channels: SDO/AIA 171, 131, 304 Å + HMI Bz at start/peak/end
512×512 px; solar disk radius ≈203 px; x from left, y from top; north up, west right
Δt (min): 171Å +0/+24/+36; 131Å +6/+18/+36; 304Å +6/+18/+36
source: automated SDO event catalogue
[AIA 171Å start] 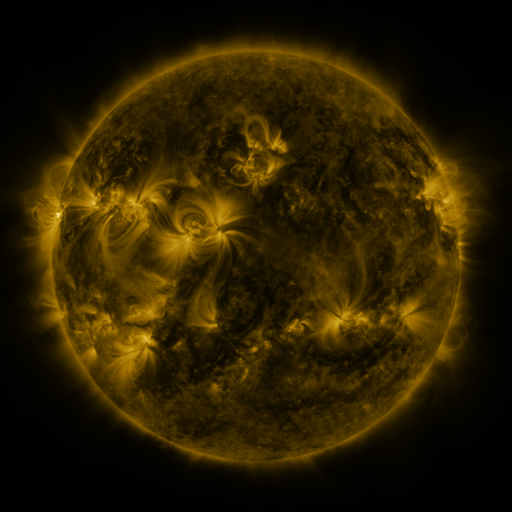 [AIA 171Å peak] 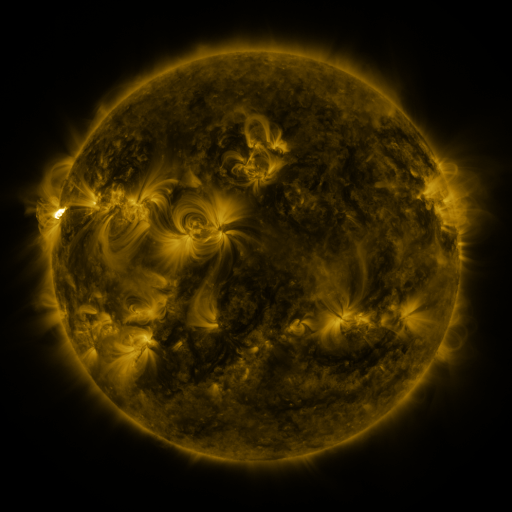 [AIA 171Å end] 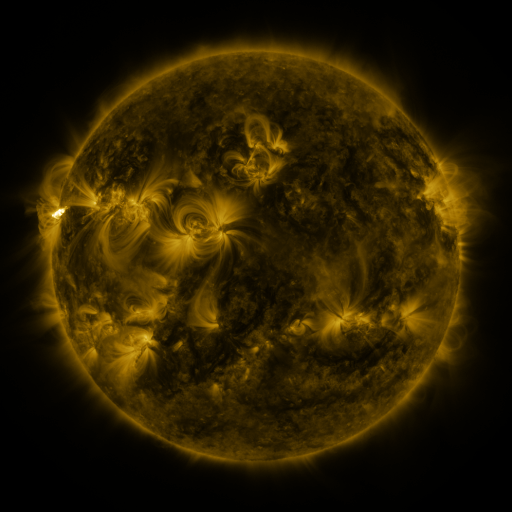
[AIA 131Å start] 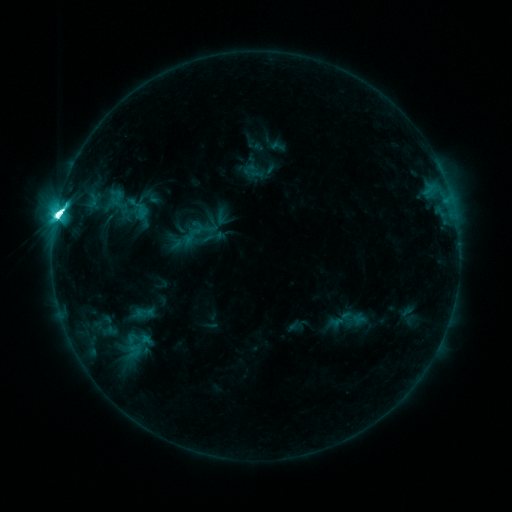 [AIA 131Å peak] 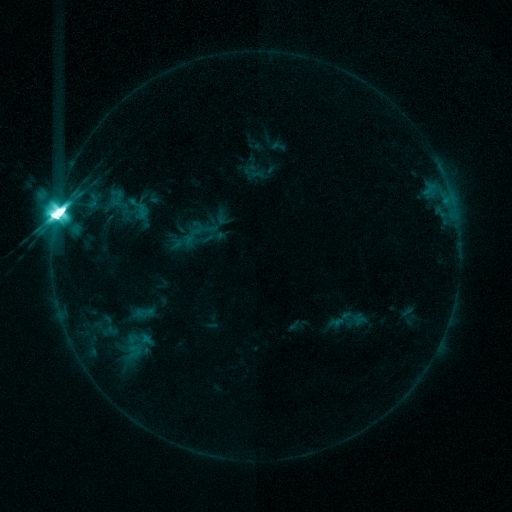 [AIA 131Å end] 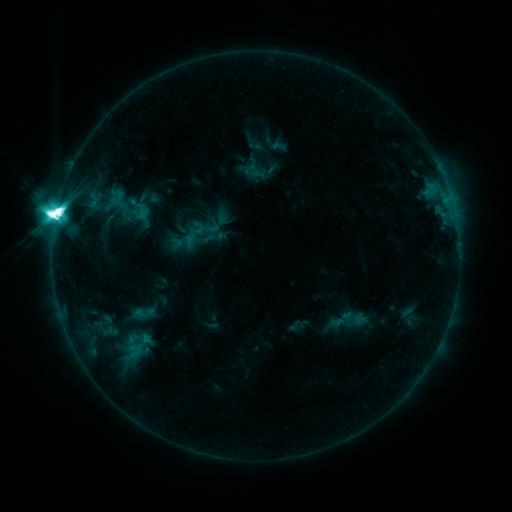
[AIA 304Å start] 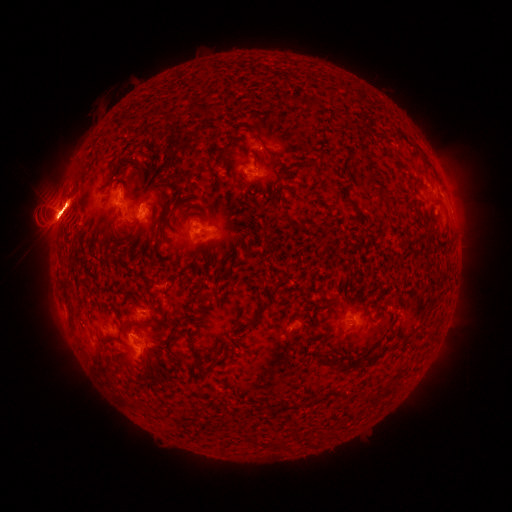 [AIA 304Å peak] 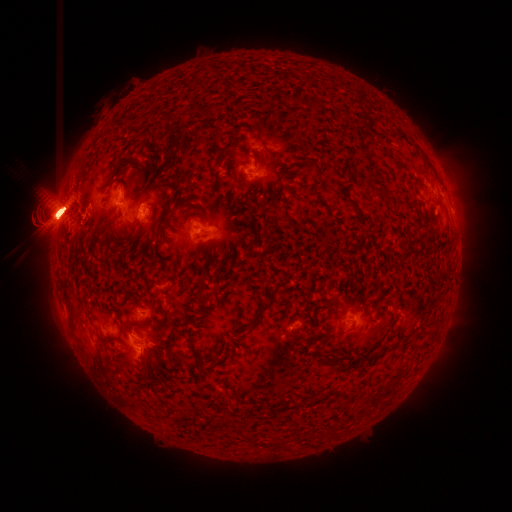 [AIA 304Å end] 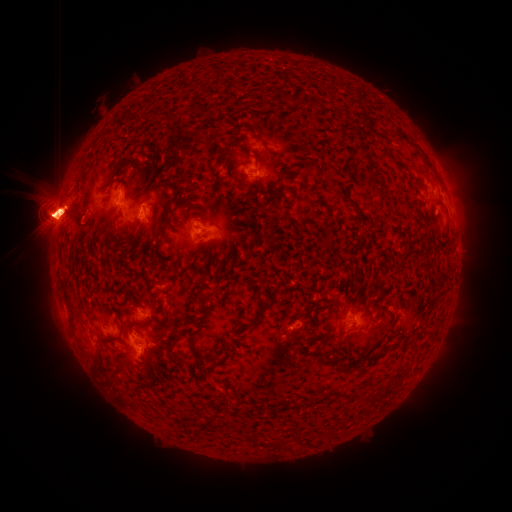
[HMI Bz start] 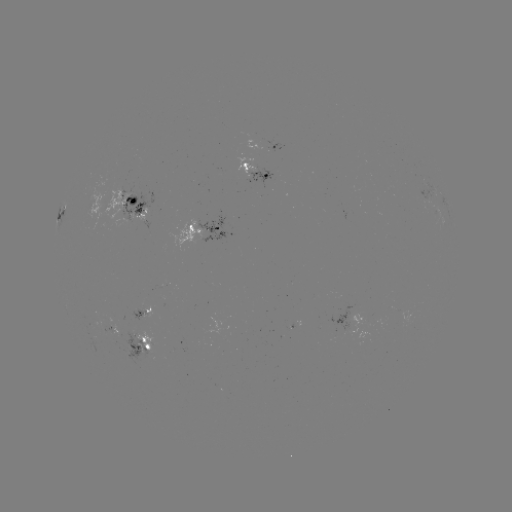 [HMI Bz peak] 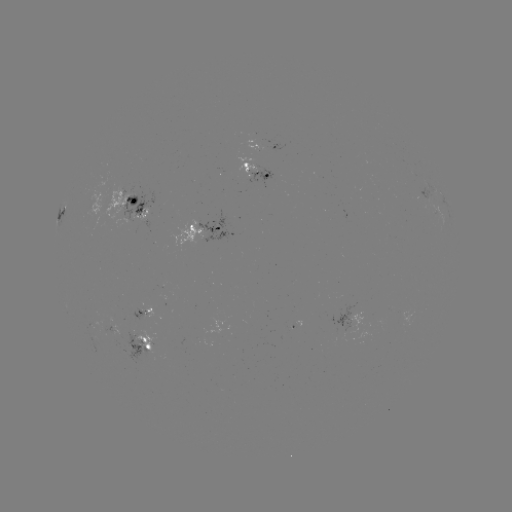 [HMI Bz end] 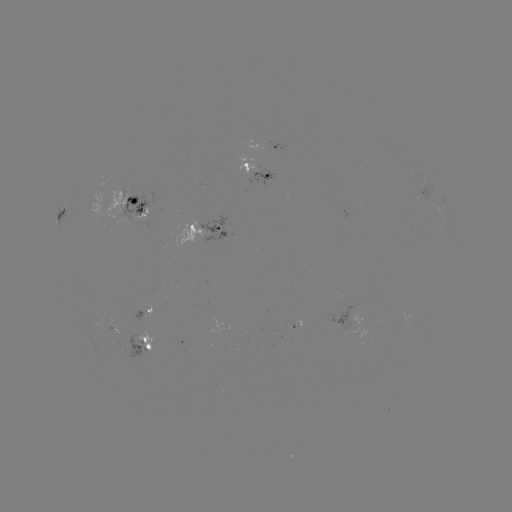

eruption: <bbox>403, 130, 482, 243</bbox>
